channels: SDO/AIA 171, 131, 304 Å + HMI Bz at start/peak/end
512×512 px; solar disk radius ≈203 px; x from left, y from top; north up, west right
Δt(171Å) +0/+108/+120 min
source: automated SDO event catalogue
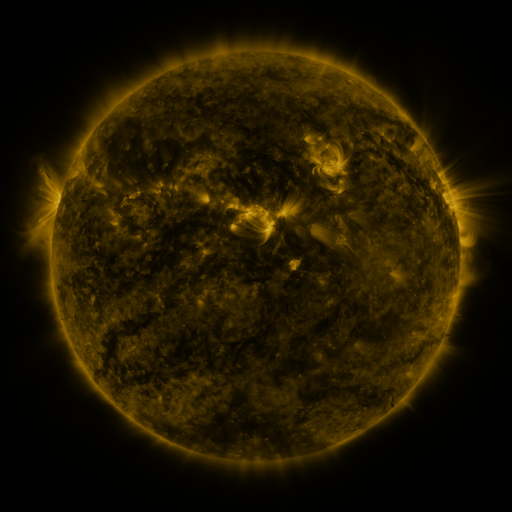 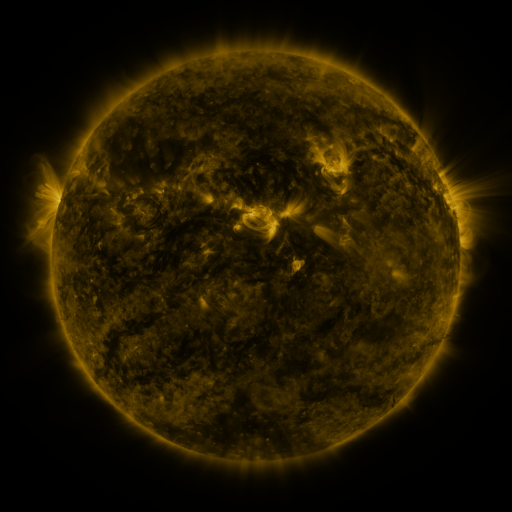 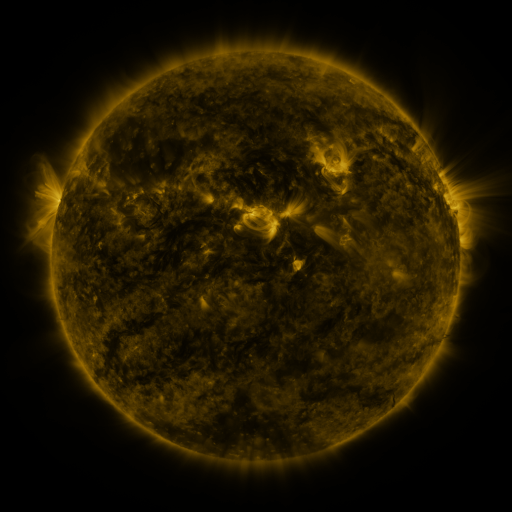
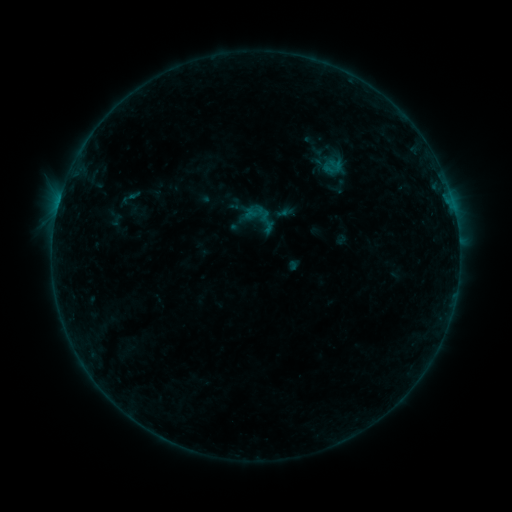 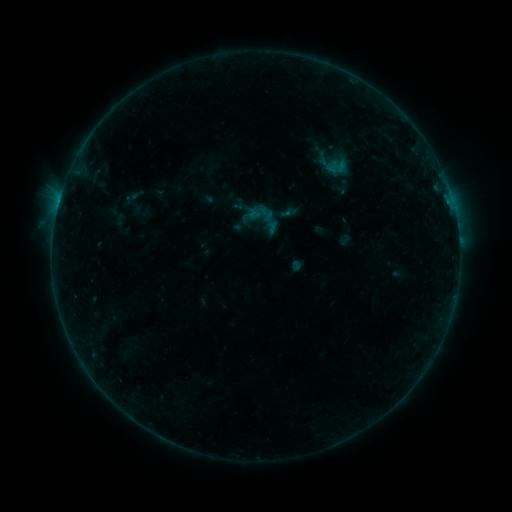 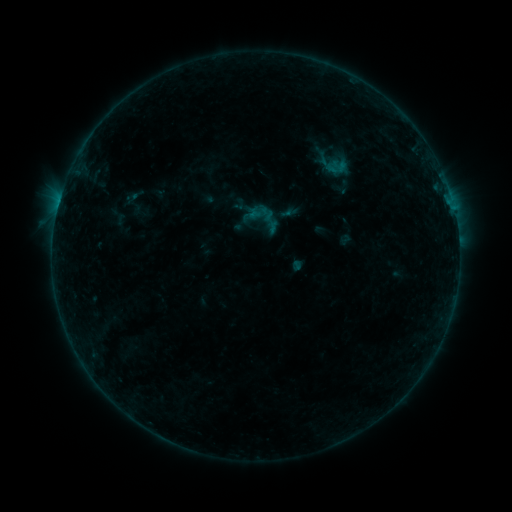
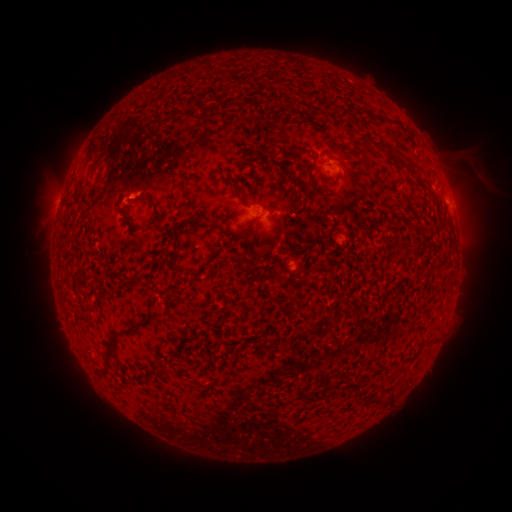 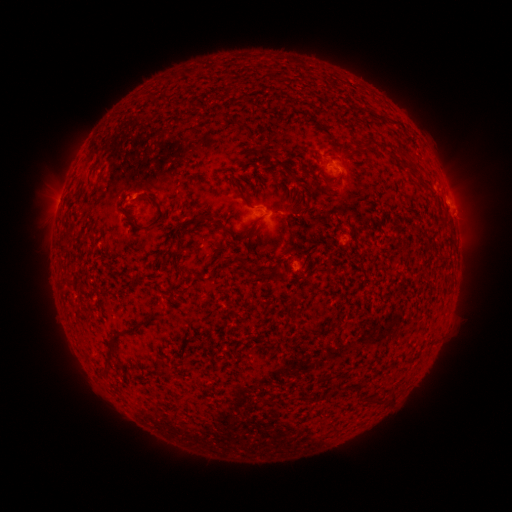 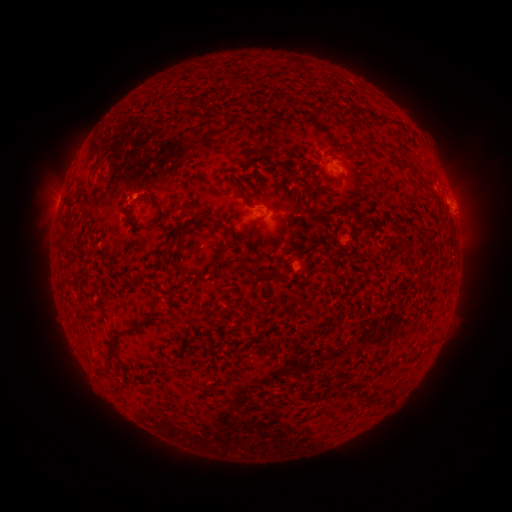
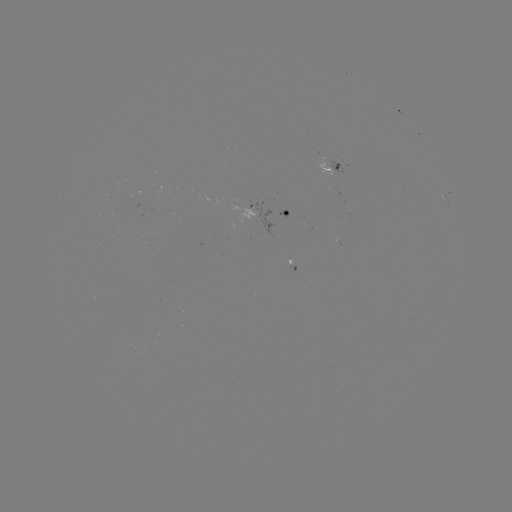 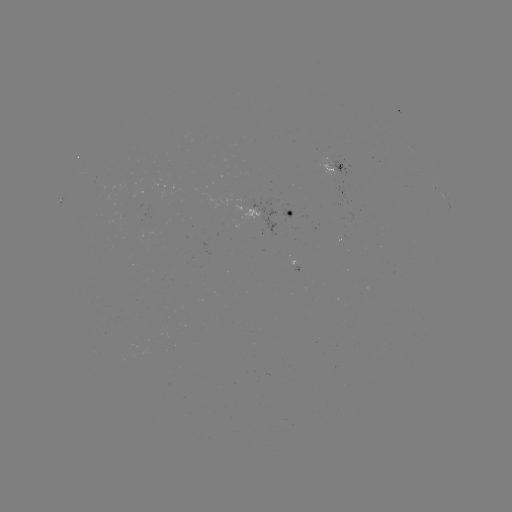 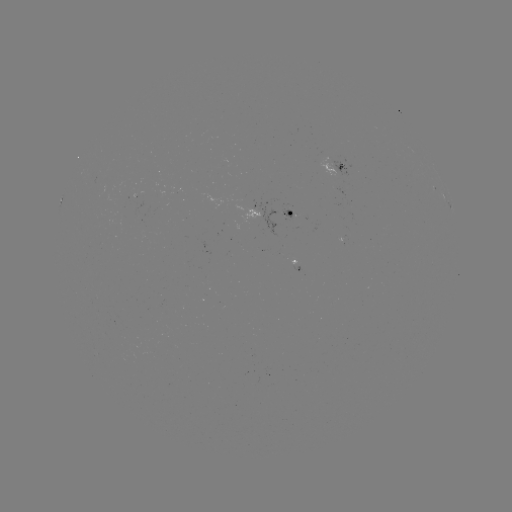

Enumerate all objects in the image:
emerging-flux region: (284, 213)
